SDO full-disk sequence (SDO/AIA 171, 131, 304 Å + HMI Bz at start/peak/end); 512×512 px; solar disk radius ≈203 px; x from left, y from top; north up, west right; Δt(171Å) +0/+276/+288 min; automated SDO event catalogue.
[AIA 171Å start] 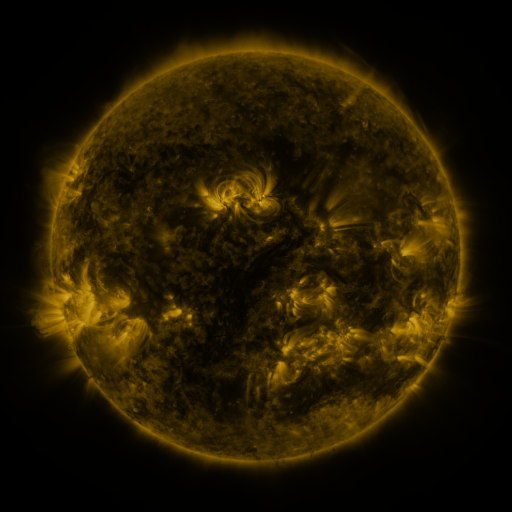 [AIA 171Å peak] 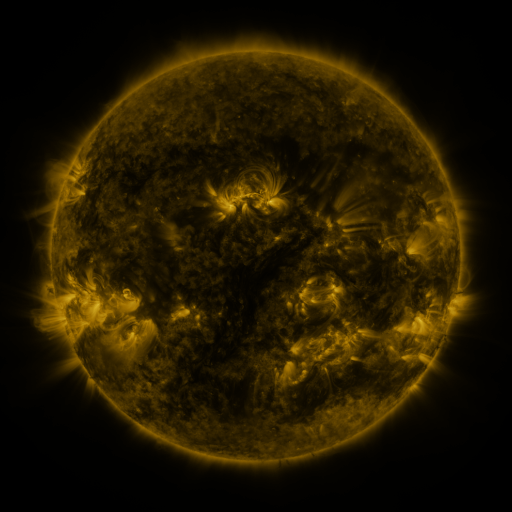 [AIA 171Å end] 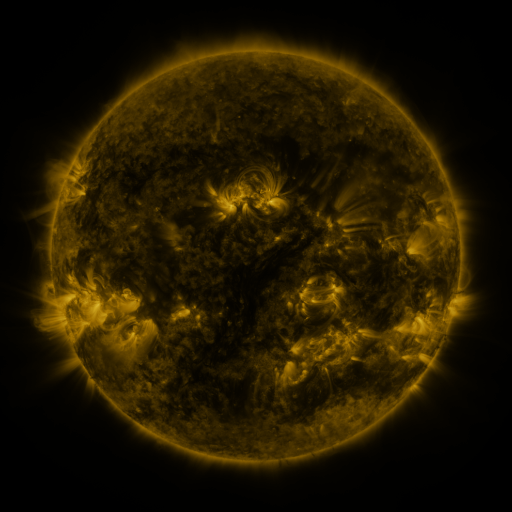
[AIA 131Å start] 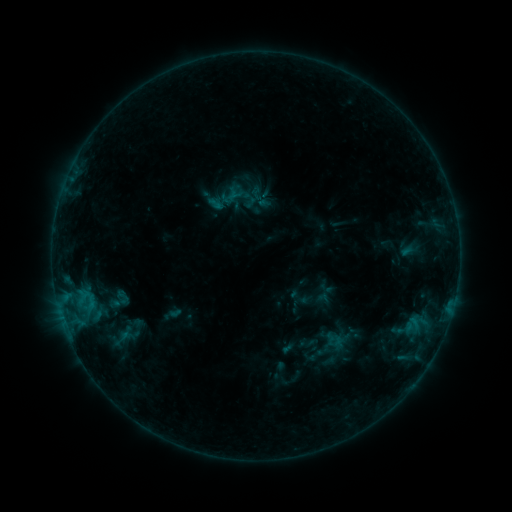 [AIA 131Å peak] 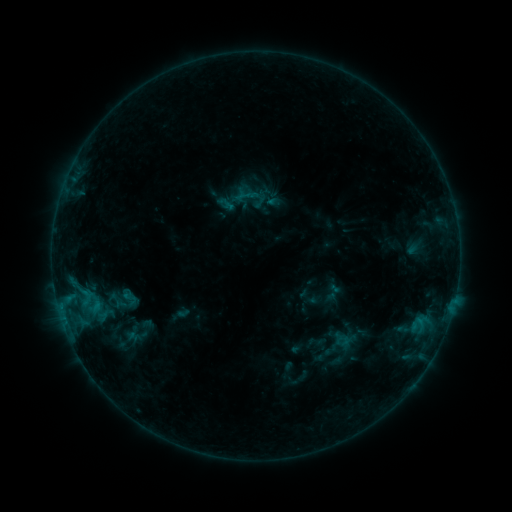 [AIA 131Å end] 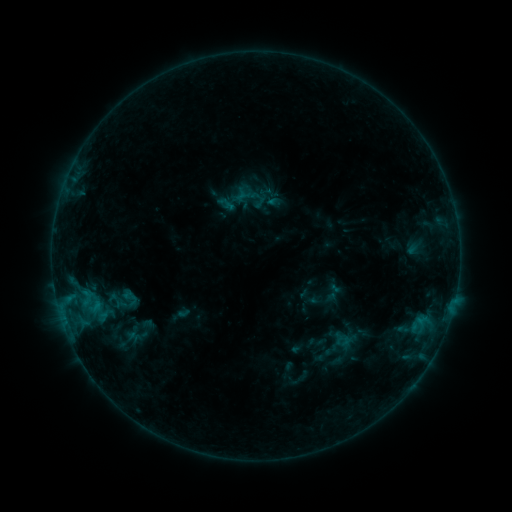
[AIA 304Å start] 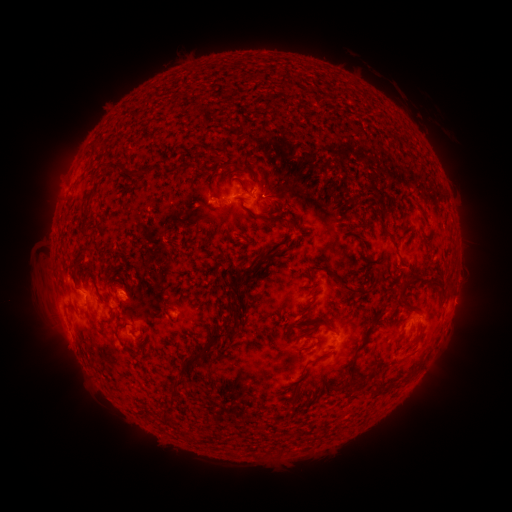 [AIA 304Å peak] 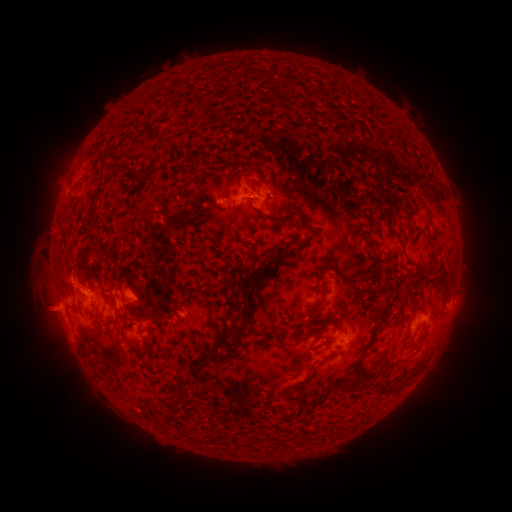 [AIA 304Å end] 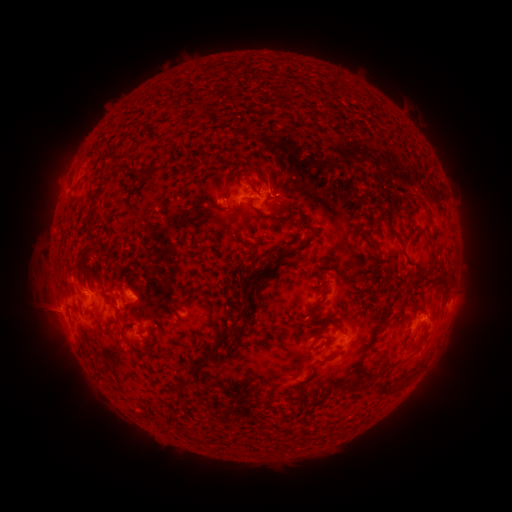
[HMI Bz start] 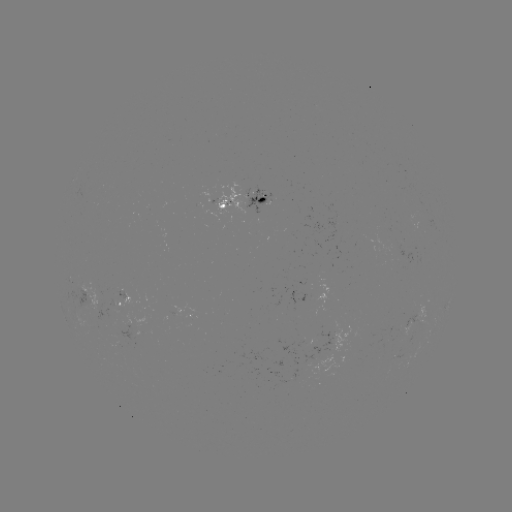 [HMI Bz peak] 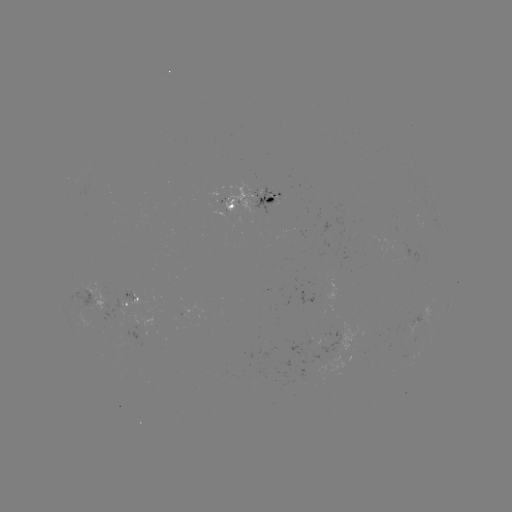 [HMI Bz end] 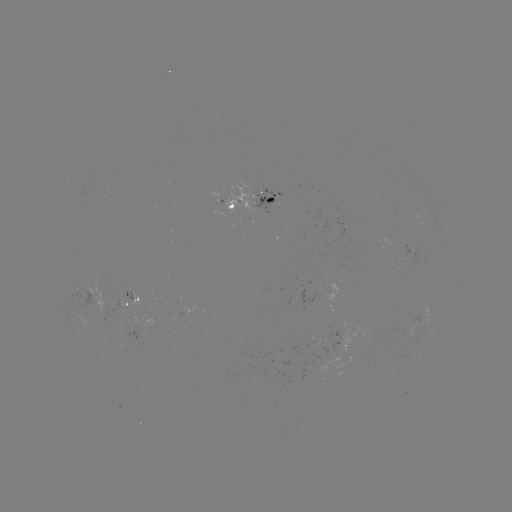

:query emerging-flux region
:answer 129,291